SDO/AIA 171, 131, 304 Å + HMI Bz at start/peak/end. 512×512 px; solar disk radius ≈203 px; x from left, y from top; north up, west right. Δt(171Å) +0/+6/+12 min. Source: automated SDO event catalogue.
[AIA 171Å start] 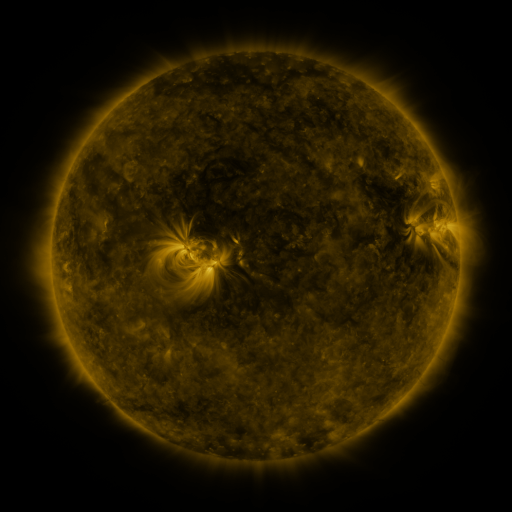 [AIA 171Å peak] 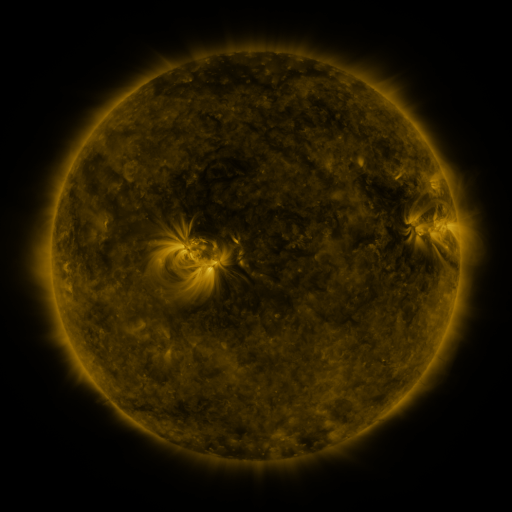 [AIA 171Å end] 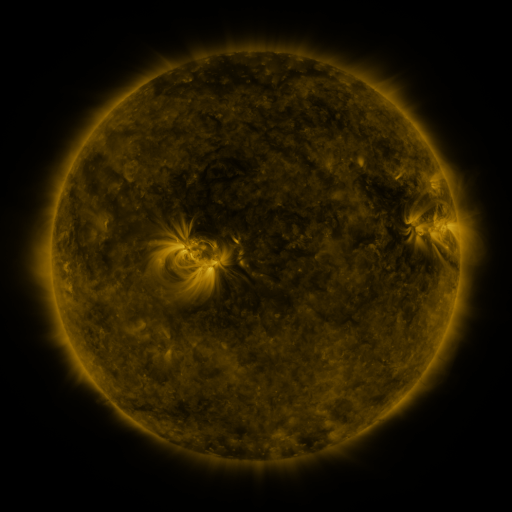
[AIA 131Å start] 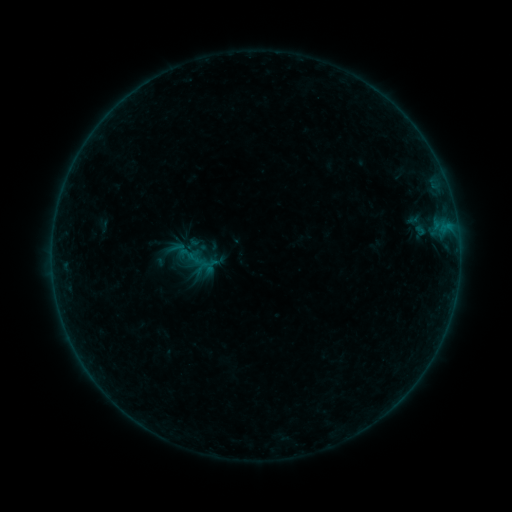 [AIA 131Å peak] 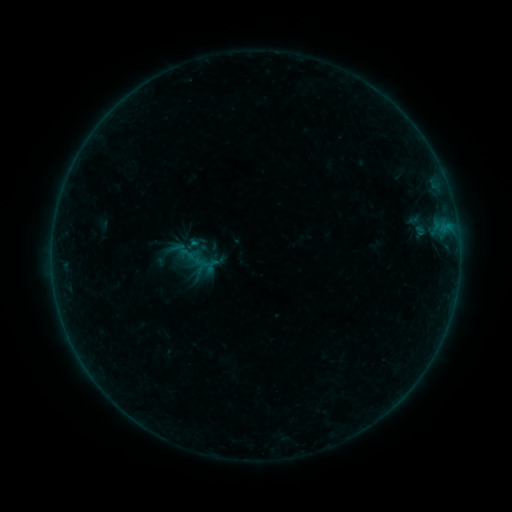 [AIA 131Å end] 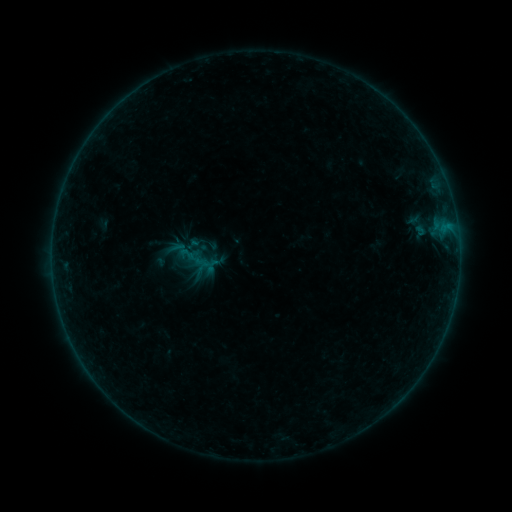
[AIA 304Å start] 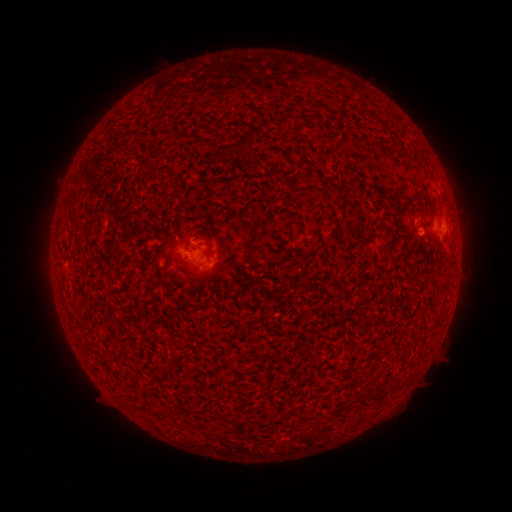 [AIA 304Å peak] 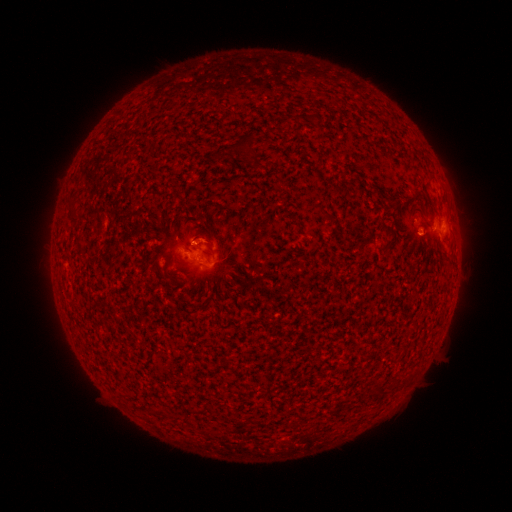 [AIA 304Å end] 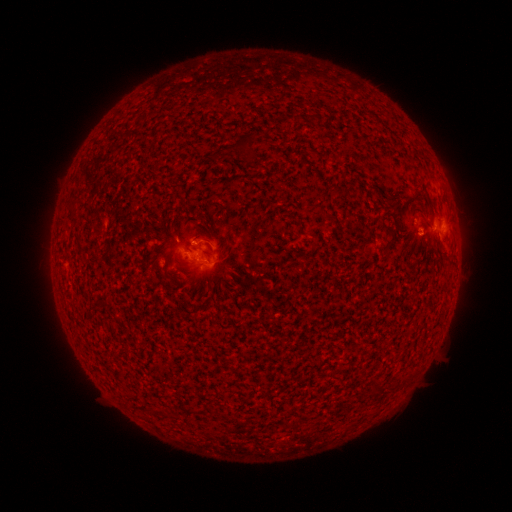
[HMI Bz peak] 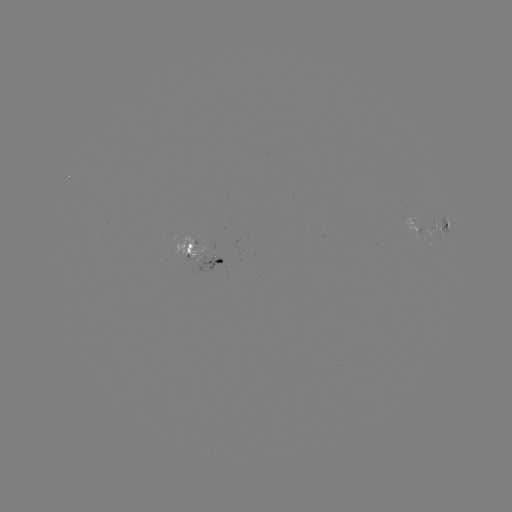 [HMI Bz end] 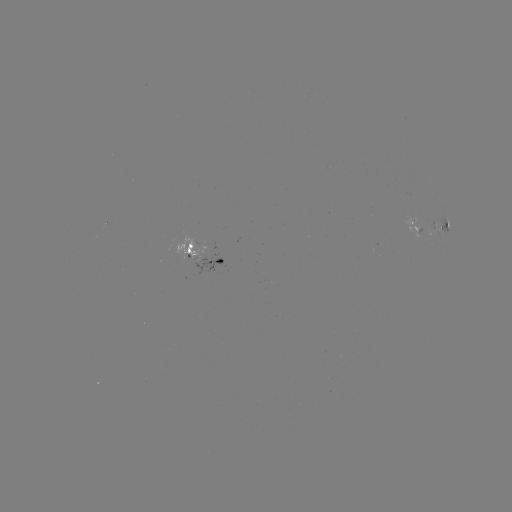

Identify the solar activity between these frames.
B1.9 flare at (197, 244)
